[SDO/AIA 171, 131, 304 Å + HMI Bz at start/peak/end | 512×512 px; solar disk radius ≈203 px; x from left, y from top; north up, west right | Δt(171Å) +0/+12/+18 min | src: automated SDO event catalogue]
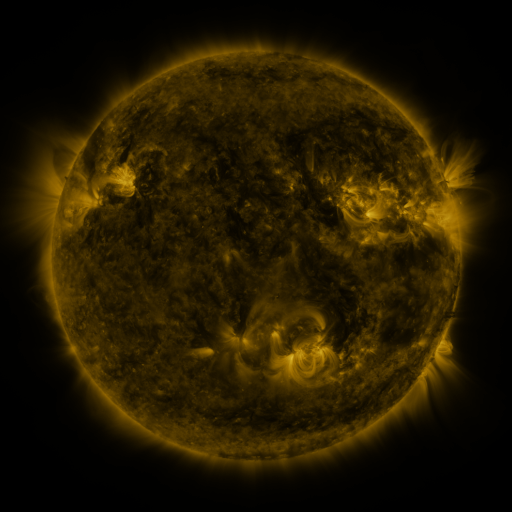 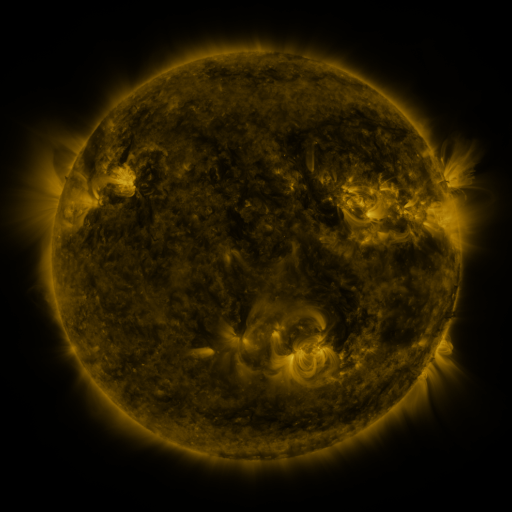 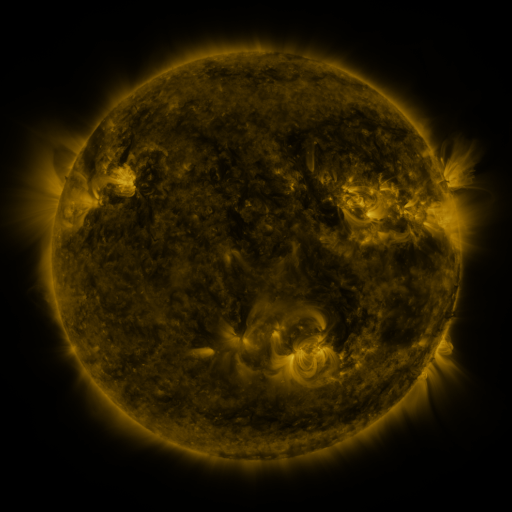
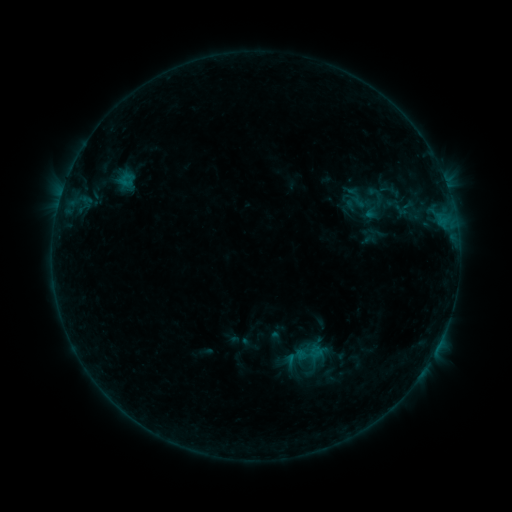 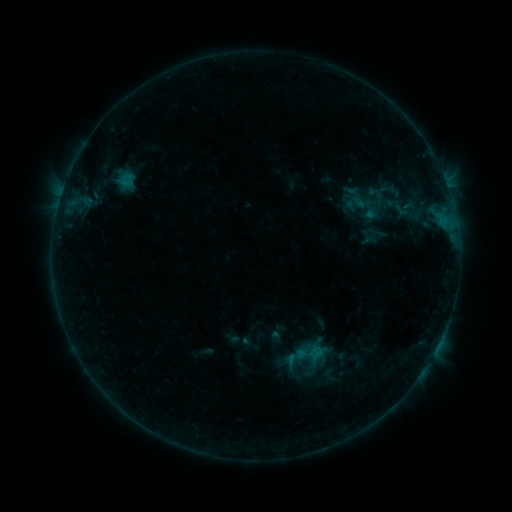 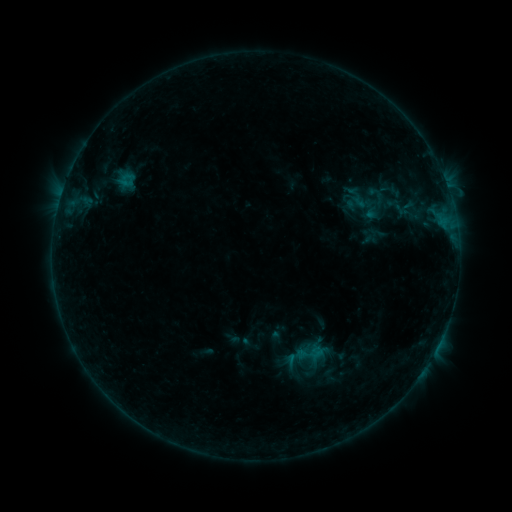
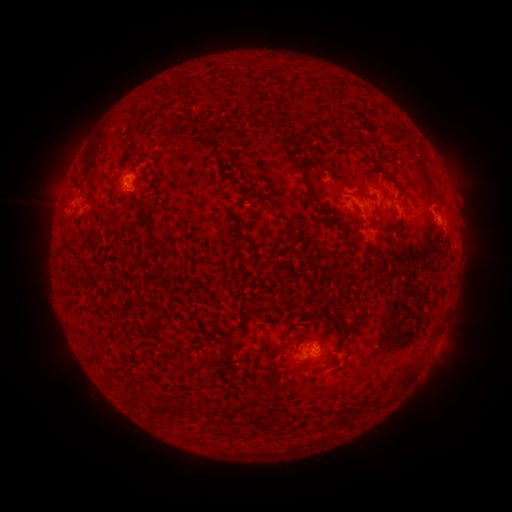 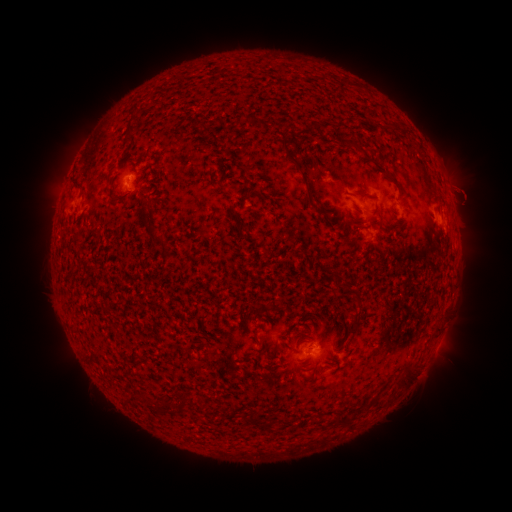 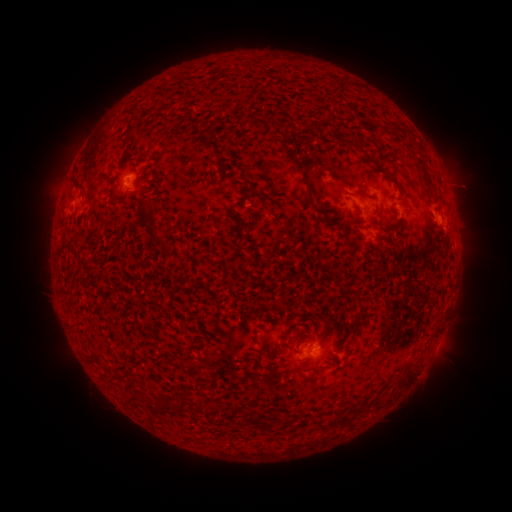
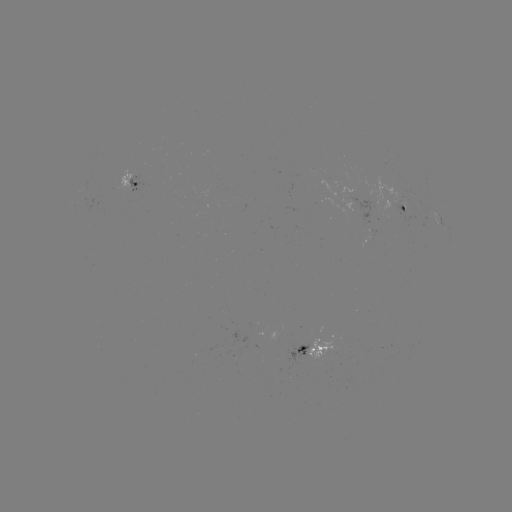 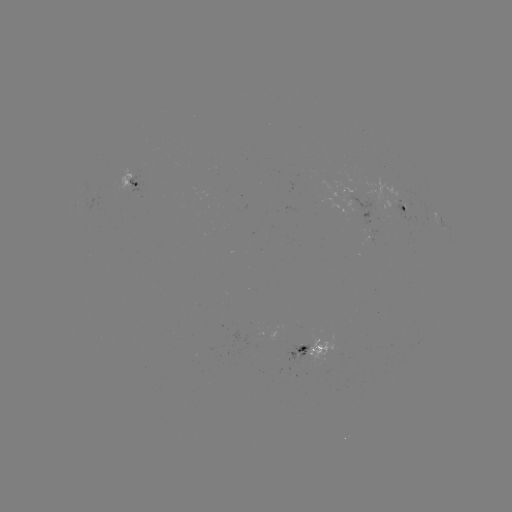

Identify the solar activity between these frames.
eruption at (466, 195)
